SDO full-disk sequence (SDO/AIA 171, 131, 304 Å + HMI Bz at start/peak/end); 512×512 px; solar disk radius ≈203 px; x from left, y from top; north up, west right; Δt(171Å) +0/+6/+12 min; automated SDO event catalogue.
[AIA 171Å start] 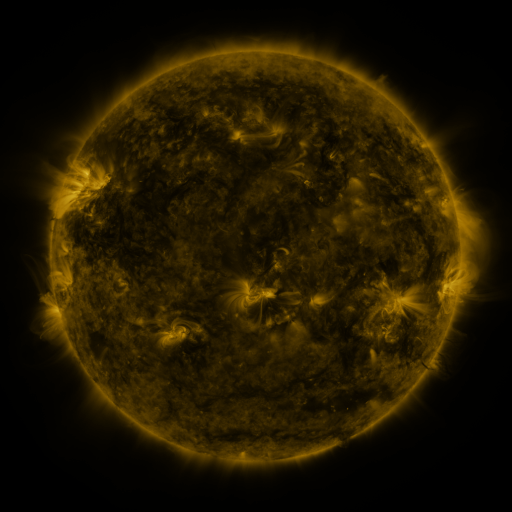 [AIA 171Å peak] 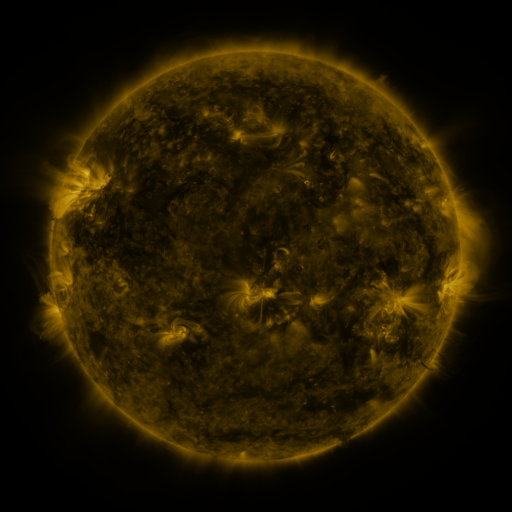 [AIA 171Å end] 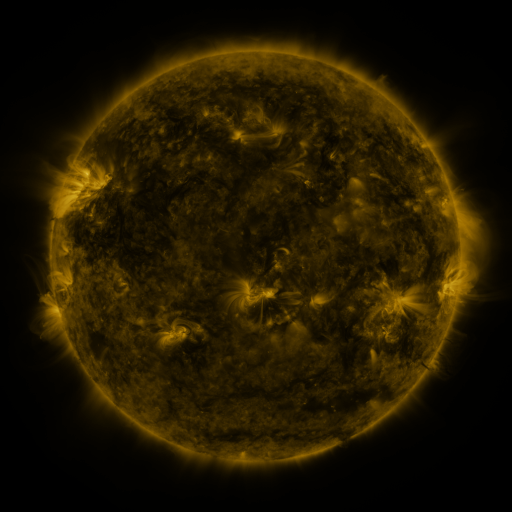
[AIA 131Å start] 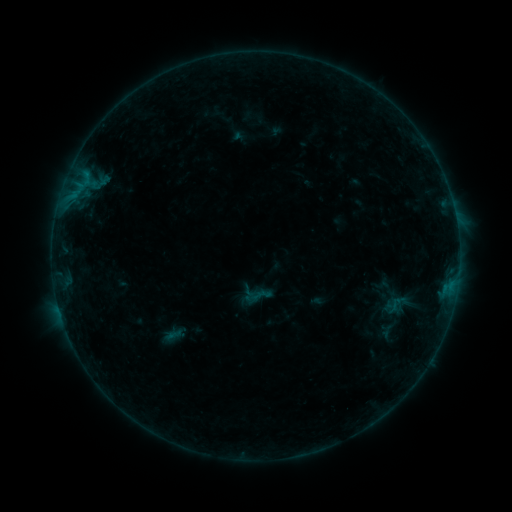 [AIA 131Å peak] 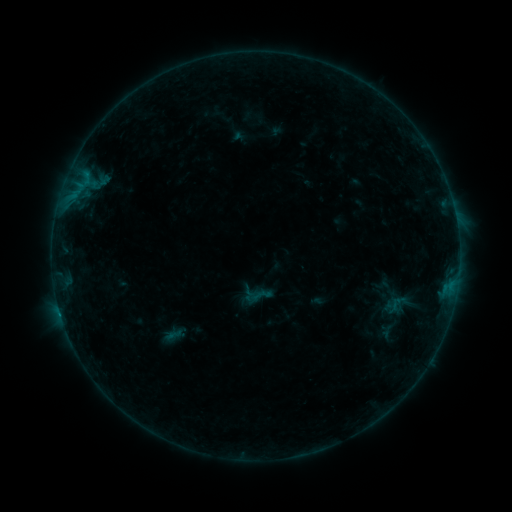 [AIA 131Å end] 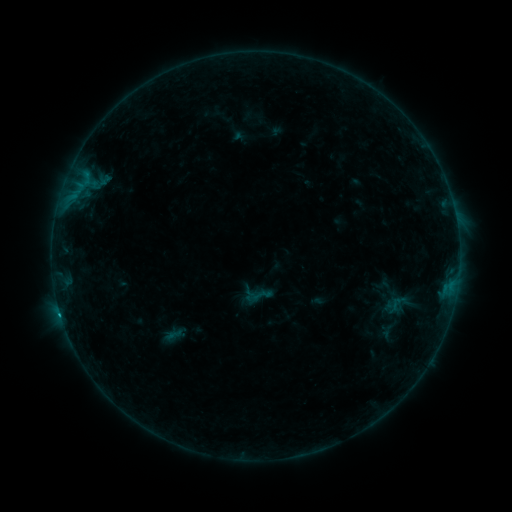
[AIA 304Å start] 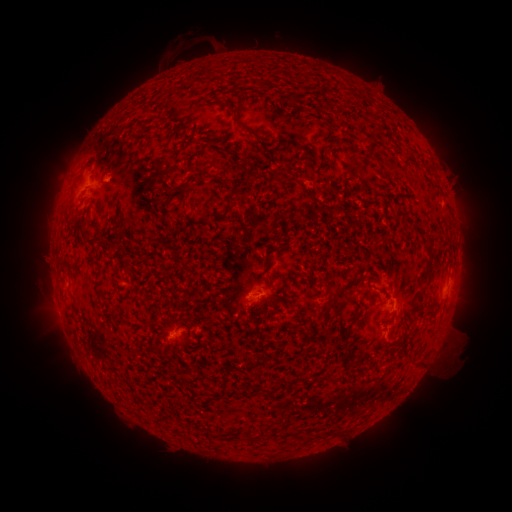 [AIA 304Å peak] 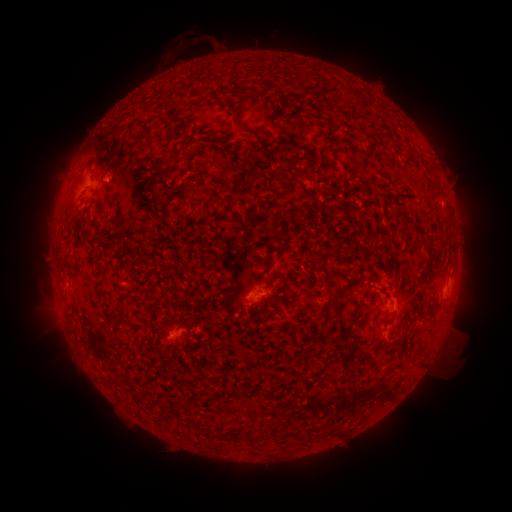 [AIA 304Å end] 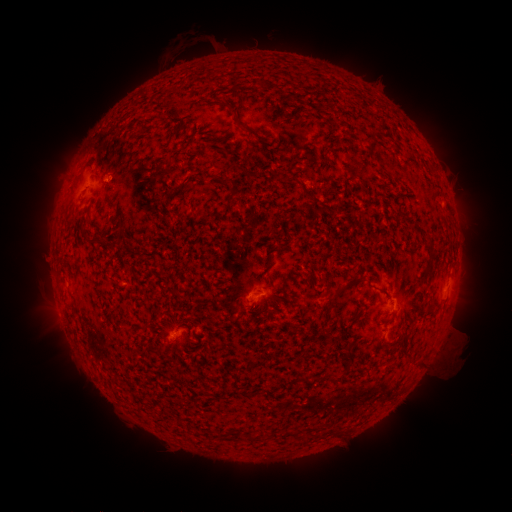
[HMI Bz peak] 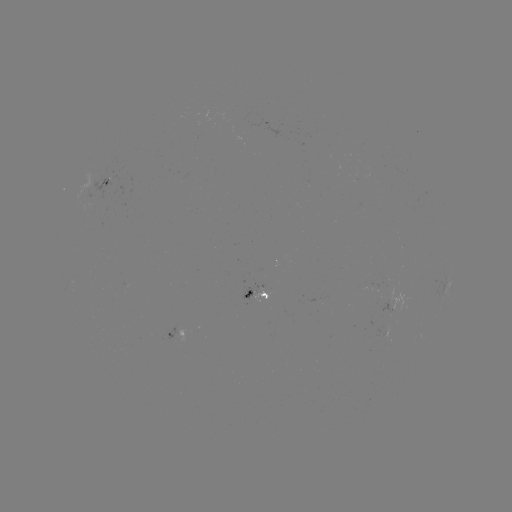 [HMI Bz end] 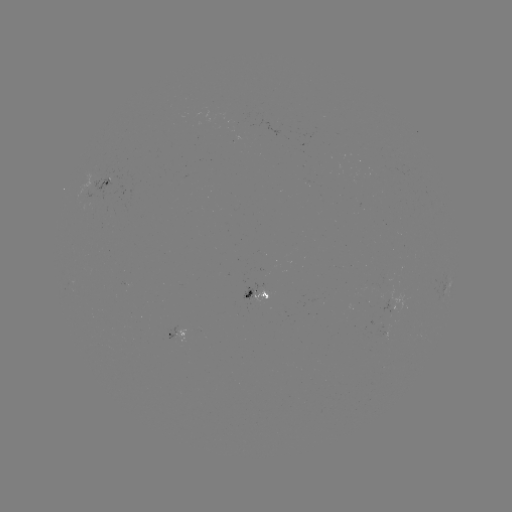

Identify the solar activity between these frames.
B5.6 flare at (60, 310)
